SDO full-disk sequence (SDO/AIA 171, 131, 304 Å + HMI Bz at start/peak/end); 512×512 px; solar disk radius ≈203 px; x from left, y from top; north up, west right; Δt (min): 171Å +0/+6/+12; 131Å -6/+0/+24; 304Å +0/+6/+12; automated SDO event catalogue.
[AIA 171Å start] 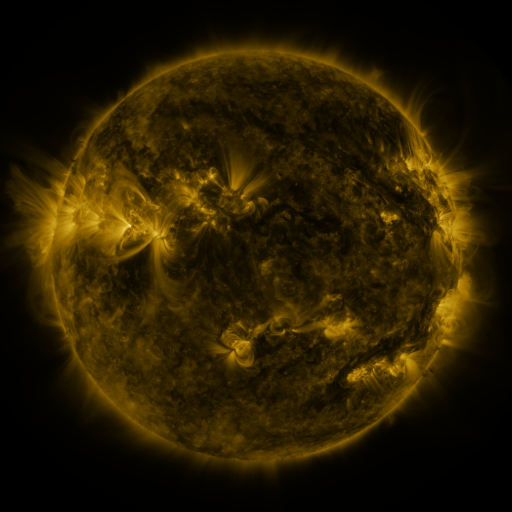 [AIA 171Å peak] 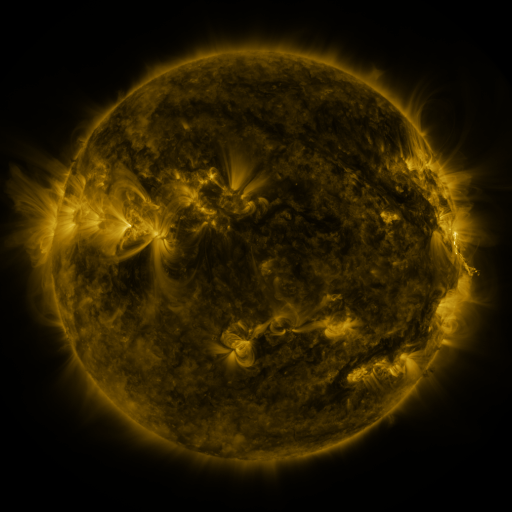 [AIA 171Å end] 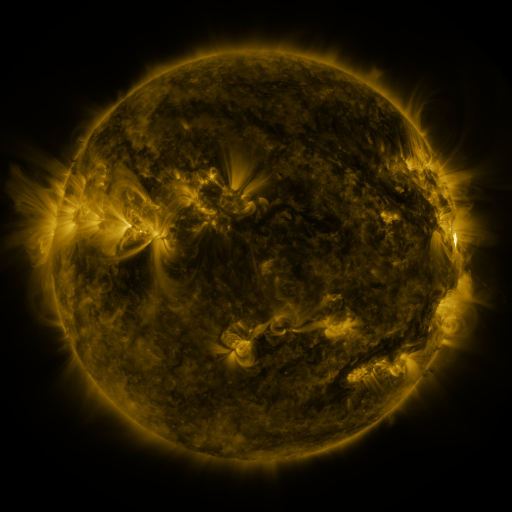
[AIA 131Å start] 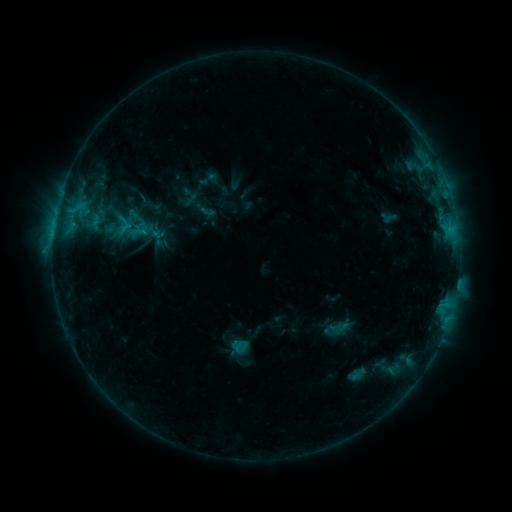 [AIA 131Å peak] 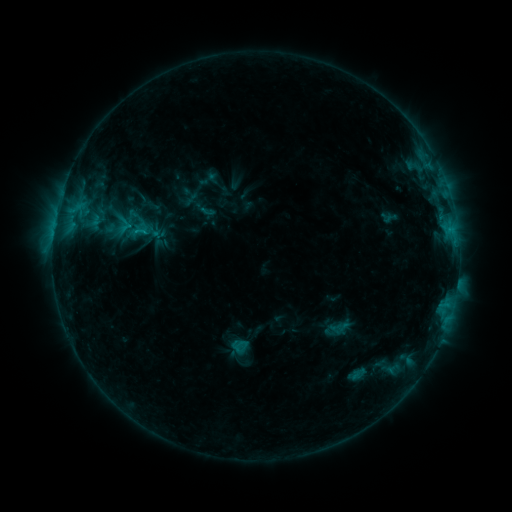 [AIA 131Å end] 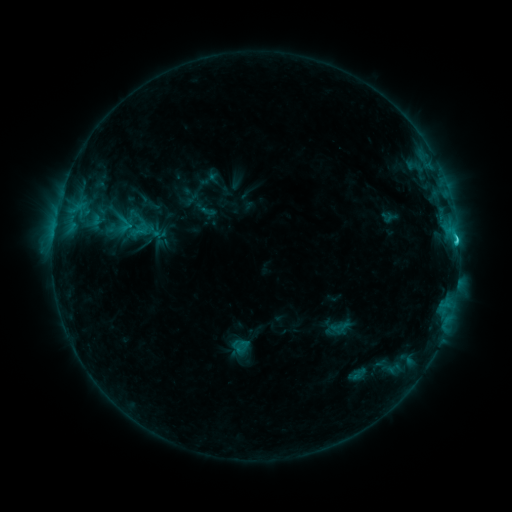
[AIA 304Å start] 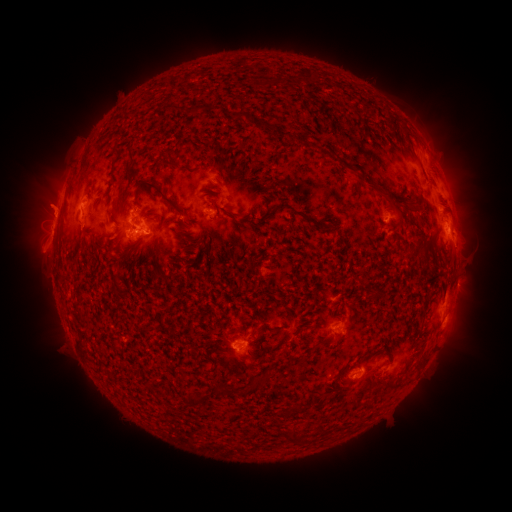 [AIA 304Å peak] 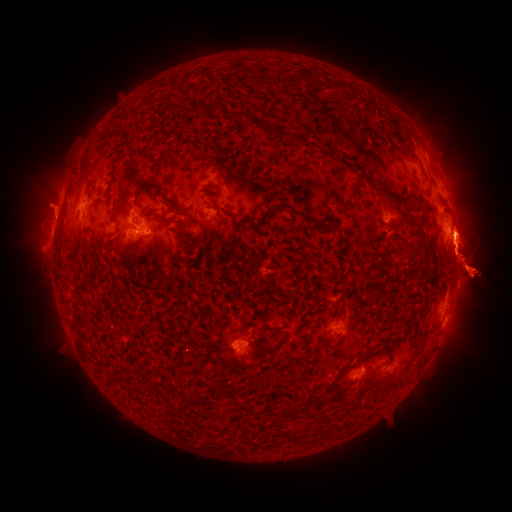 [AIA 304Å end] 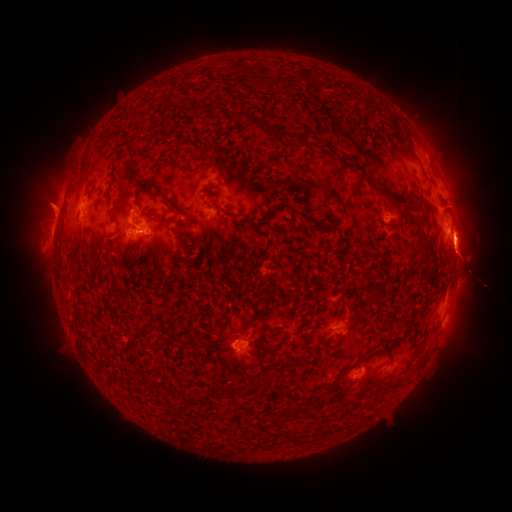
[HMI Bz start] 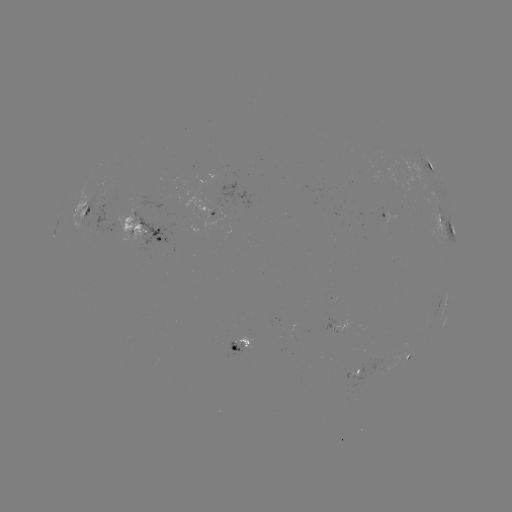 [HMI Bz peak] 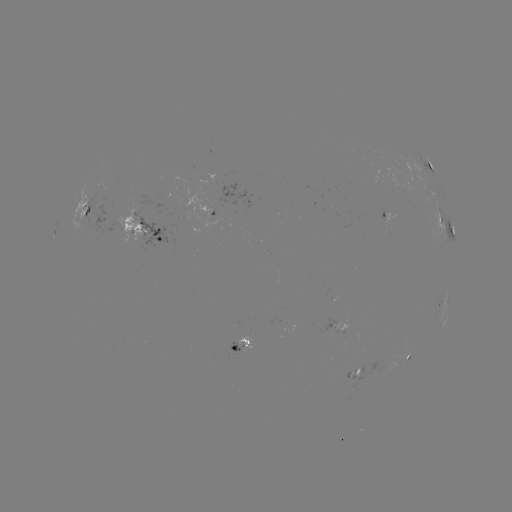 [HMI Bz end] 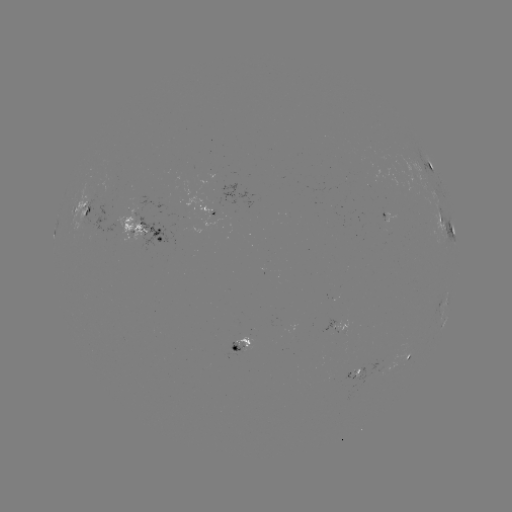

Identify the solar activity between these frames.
M1.3 flare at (454, 241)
